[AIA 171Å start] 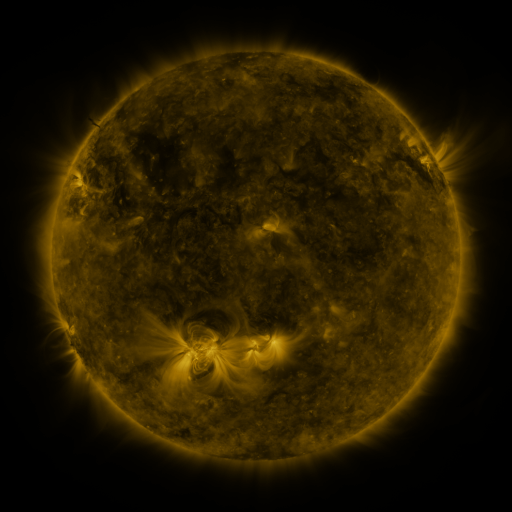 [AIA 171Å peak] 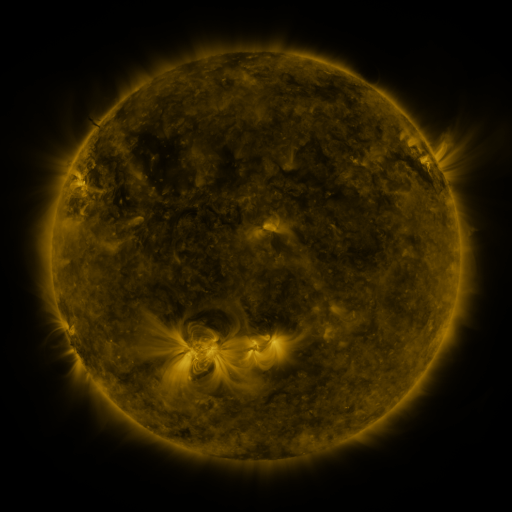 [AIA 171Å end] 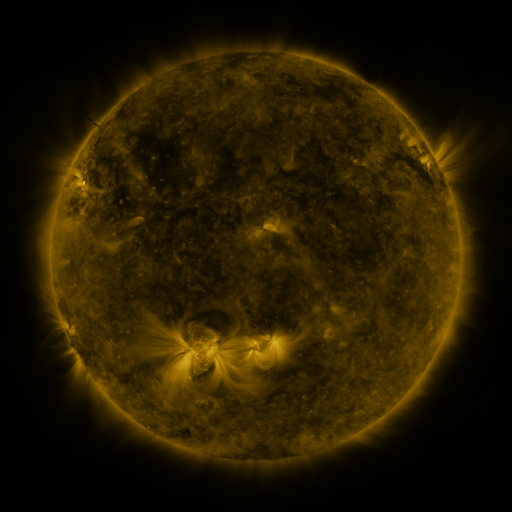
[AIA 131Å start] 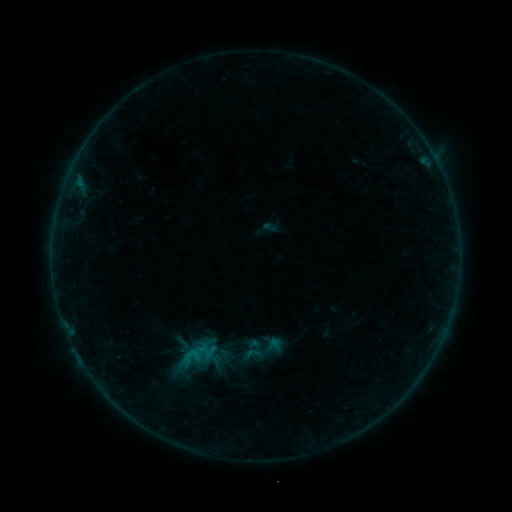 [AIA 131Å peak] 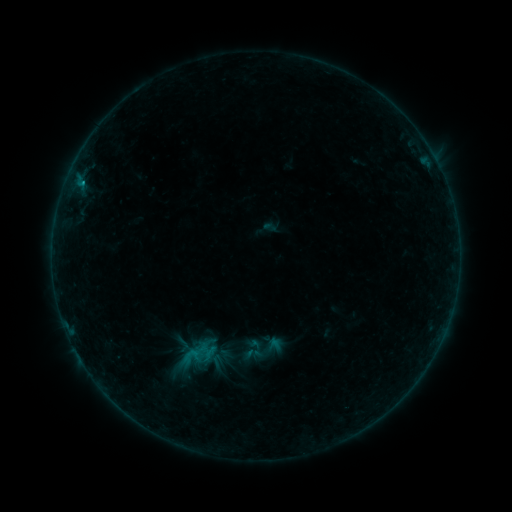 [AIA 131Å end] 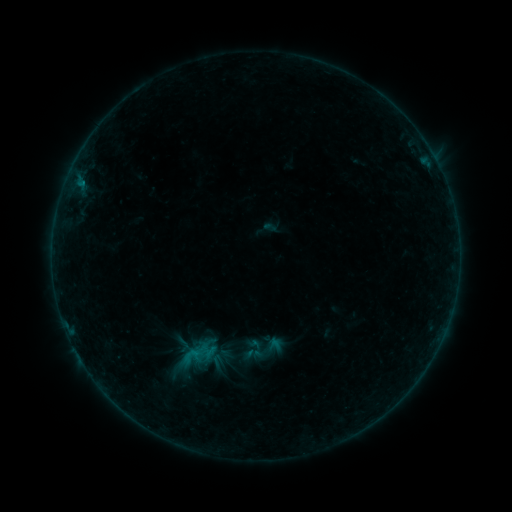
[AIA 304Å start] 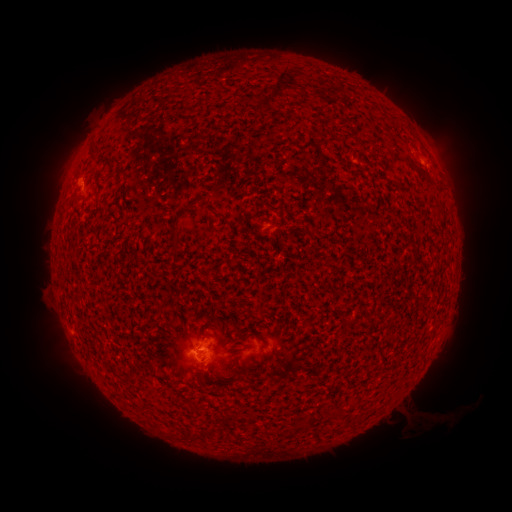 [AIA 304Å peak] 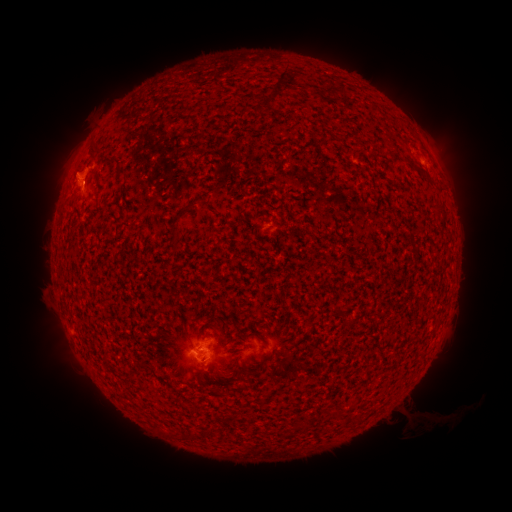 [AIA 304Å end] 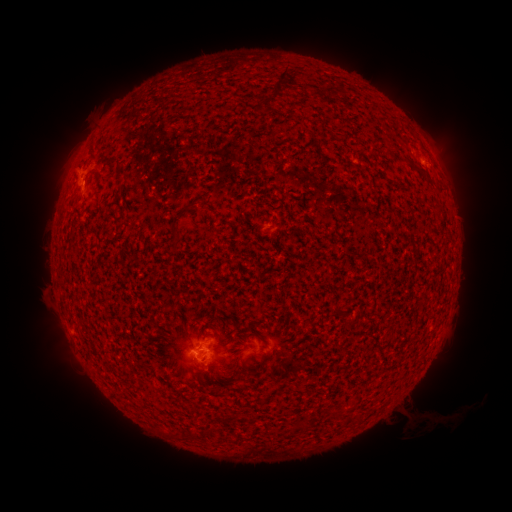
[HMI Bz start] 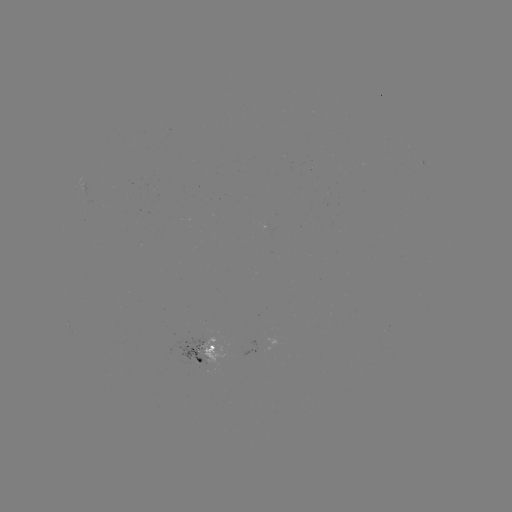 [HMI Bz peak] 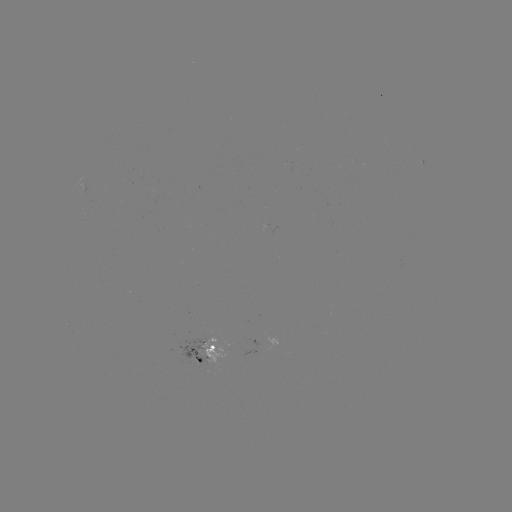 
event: flare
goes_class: B3.1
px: (83, 186)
